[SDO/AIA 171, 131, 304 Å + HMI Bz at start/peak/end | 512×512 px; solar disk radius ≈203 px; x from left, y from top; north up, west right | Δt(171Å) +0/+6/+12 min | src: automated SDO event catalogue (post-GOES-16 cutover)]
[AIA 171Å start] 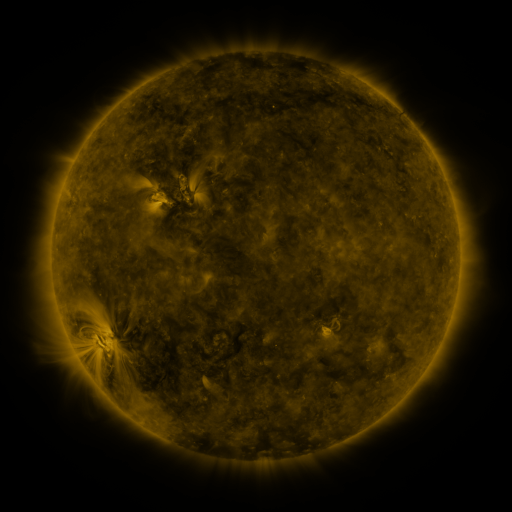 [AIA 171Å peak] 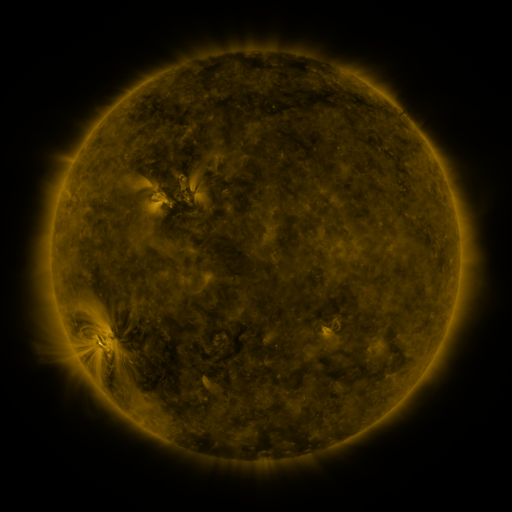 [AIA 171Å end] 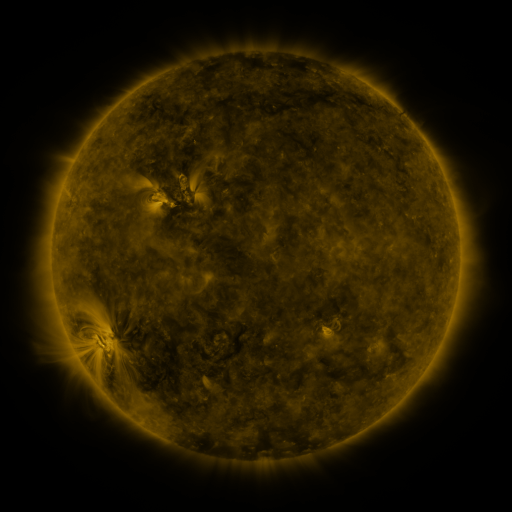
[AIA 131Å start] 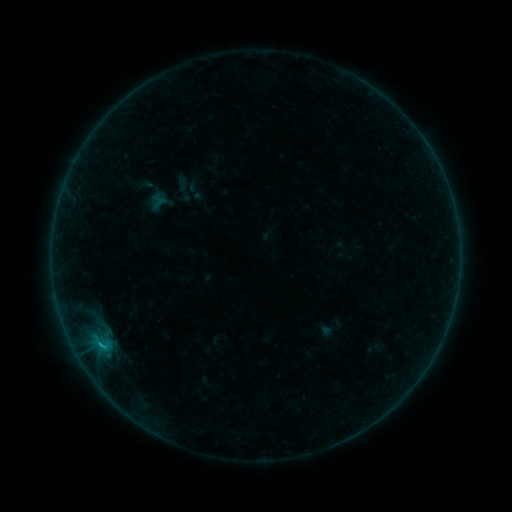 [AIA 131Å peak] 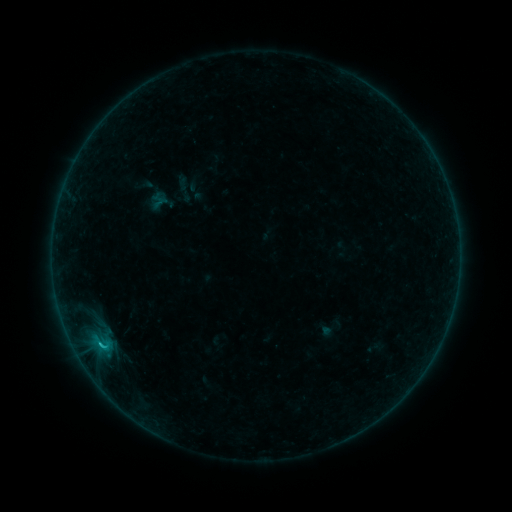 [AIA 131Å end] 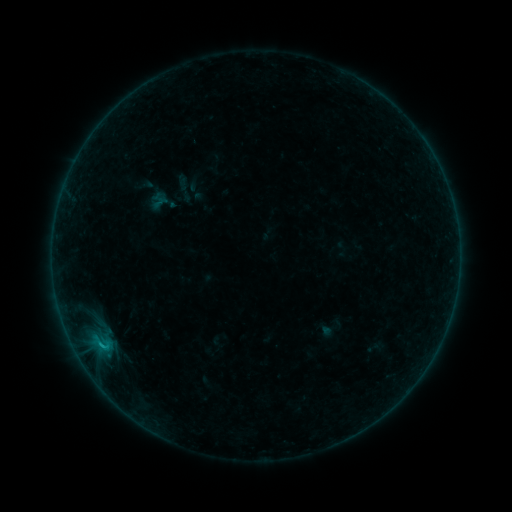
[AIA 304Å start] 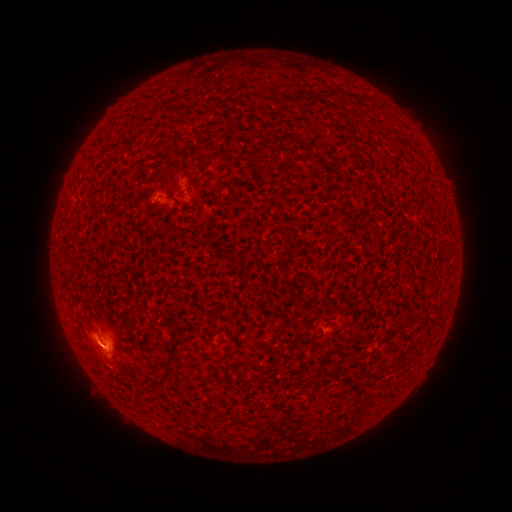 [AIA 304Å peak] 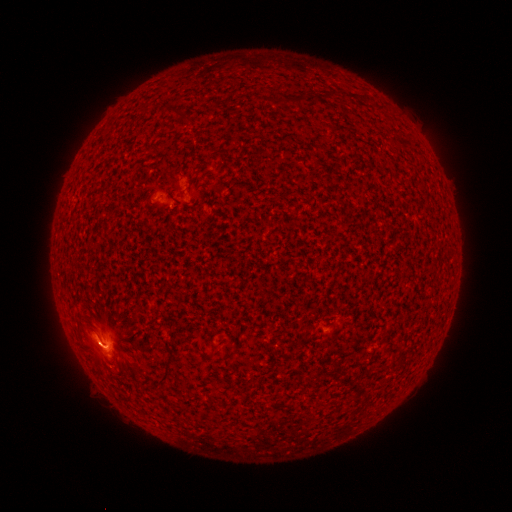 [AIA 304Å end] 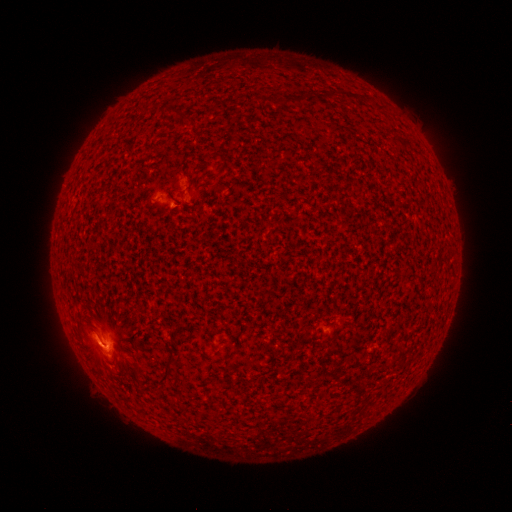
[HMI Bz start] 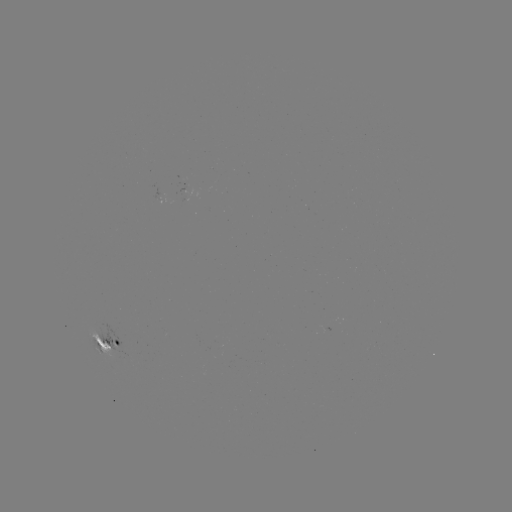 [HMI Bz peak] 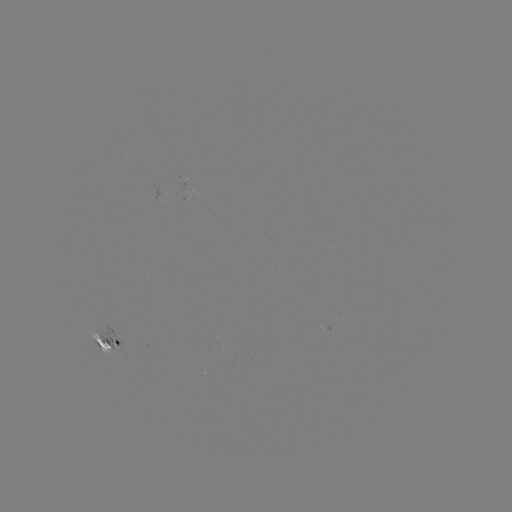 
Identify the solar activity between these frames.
B9.1 flare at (100, 342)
